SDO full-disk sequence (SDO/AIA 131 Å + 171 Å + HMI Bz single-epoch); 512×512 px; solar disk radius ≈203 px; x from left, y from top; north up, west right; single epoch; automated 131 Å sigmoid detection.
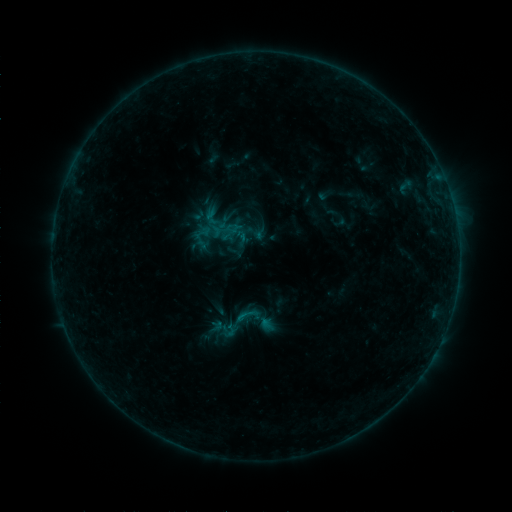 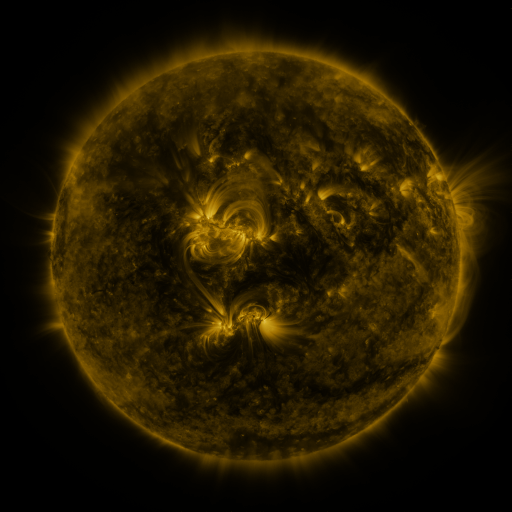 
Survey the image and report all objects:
sigmoid: <bbox>204, 216, 224, 237</bbox>
sigmoid: <bbox>234, 303, 259, 327</bbox>
